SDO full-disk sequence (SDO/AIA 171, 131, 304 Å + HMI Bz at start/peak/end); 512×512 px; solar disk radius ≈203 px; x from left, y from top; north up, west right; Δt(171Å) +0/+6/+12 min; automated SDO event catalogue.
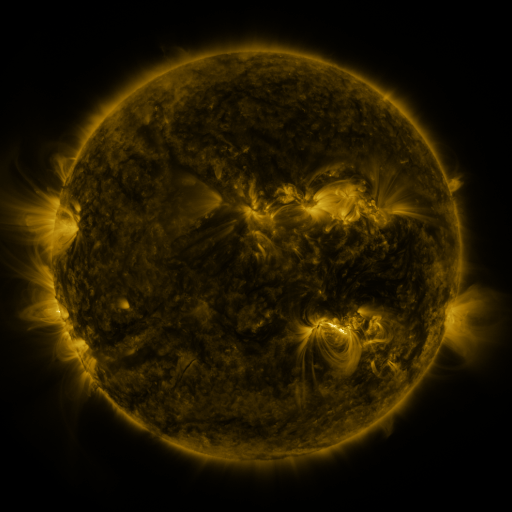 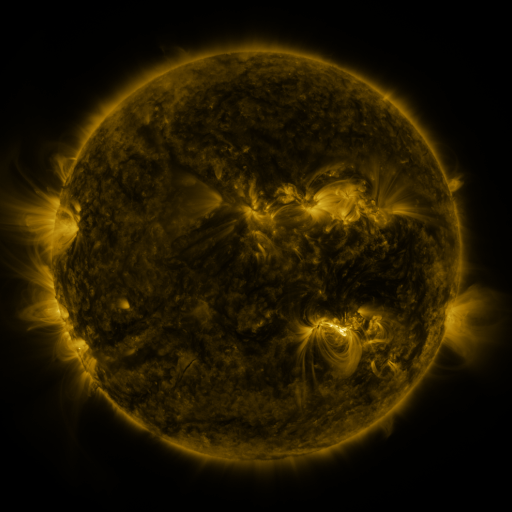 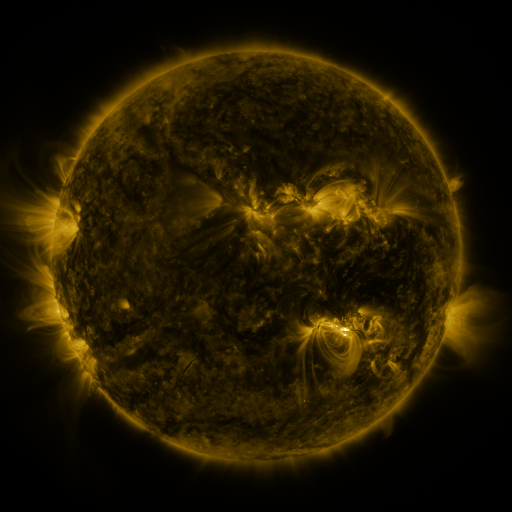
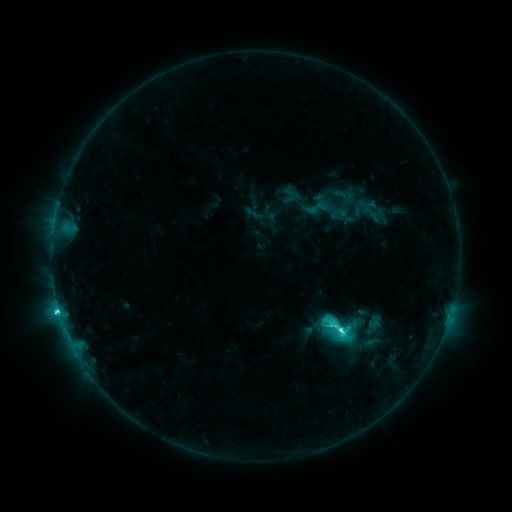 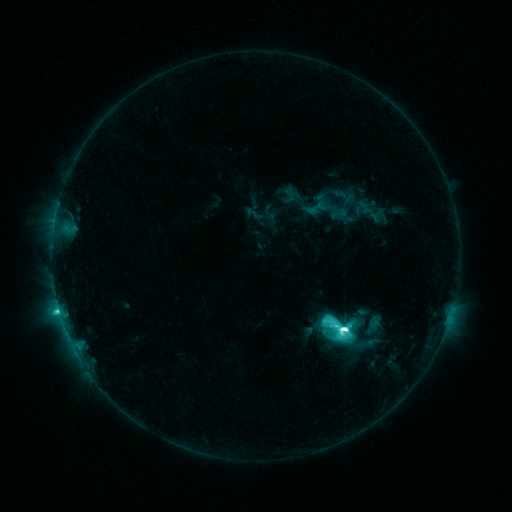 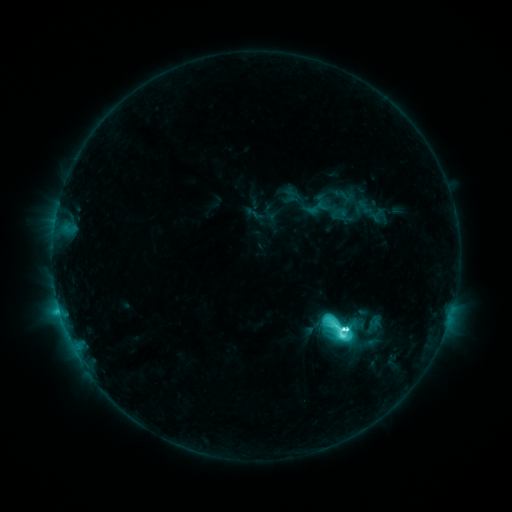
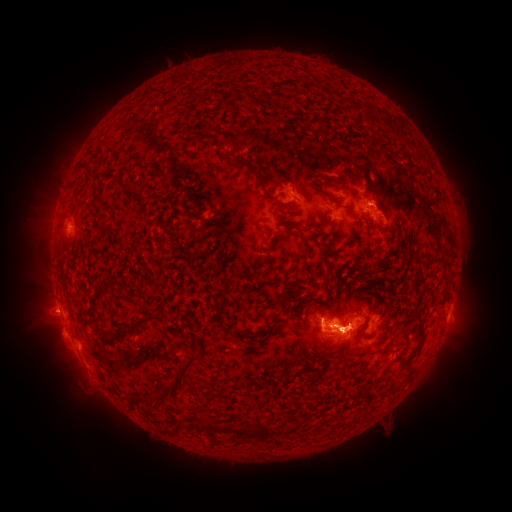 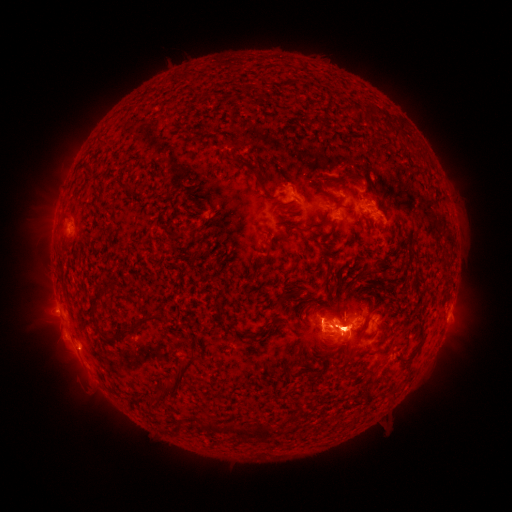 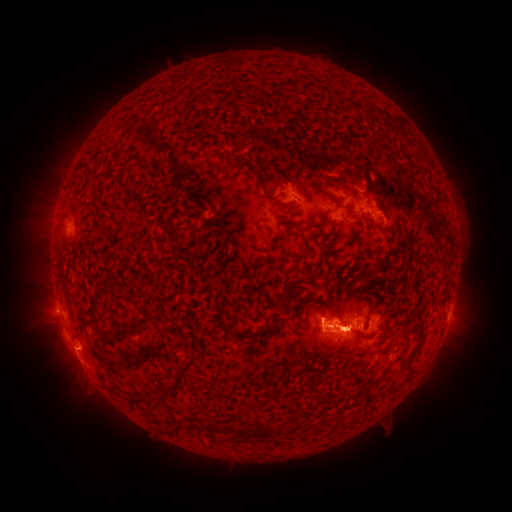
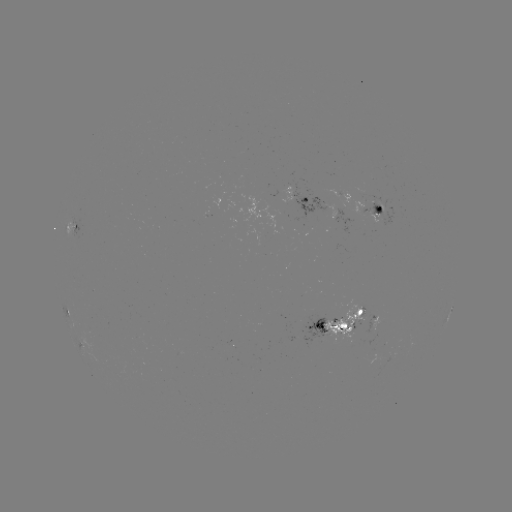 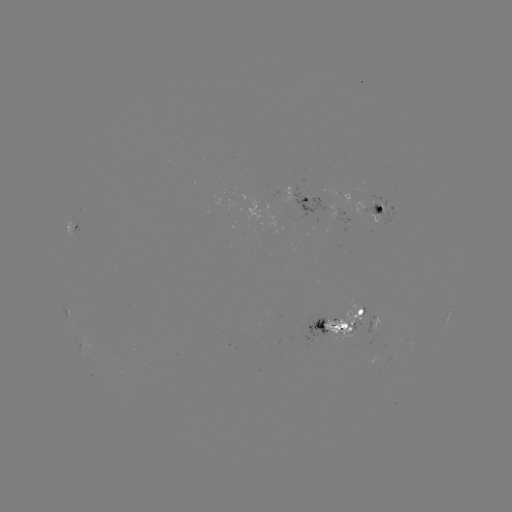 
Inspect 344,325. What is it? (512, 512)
M2.4 flare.